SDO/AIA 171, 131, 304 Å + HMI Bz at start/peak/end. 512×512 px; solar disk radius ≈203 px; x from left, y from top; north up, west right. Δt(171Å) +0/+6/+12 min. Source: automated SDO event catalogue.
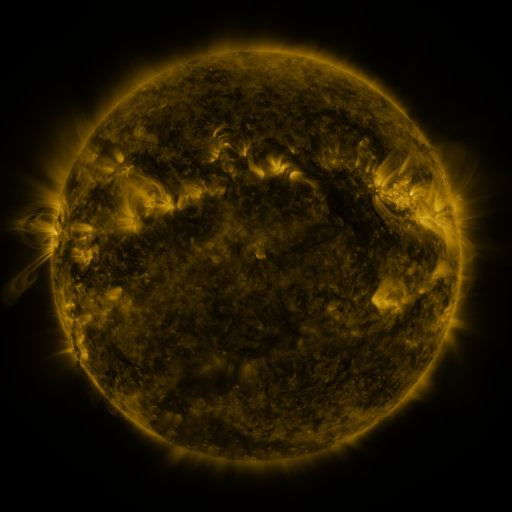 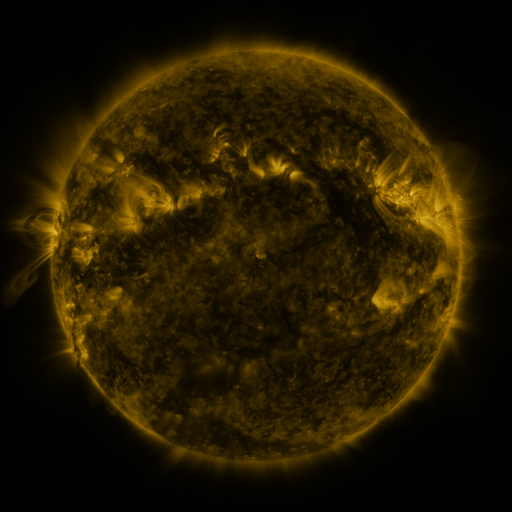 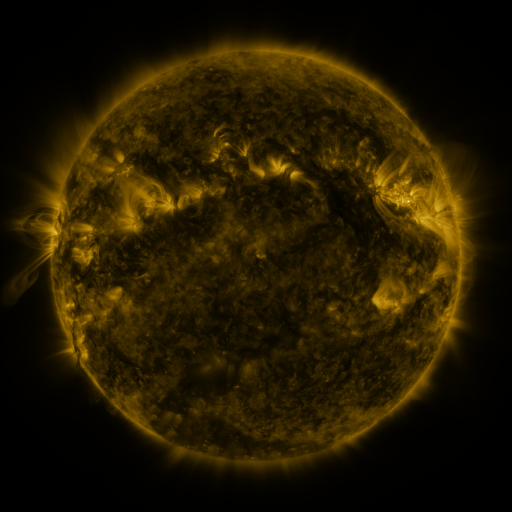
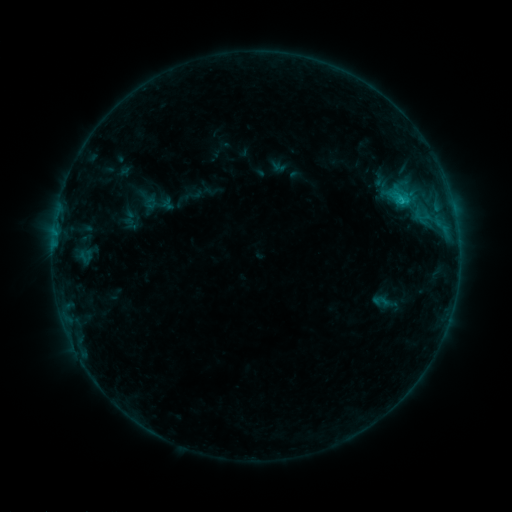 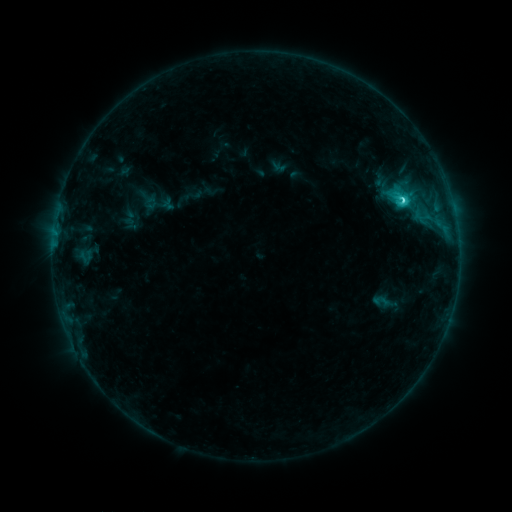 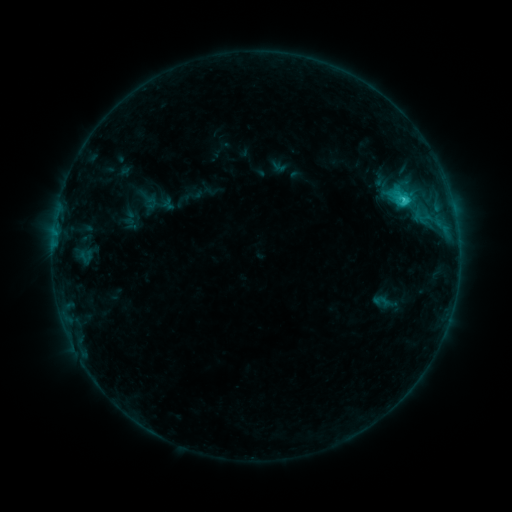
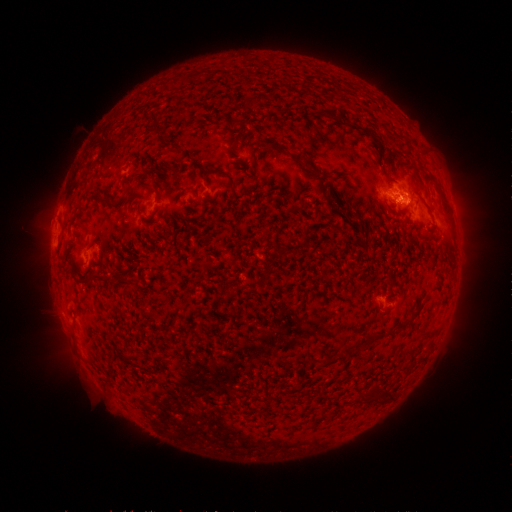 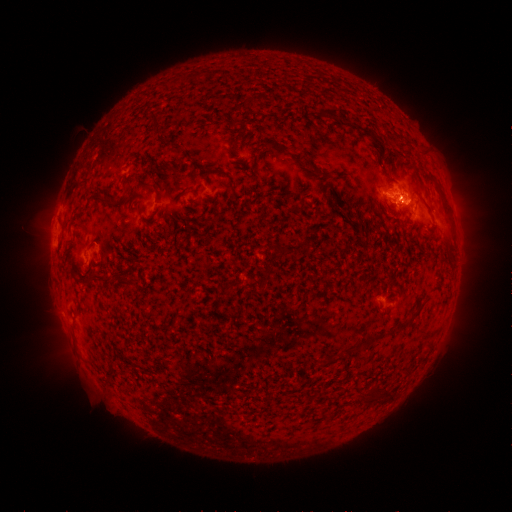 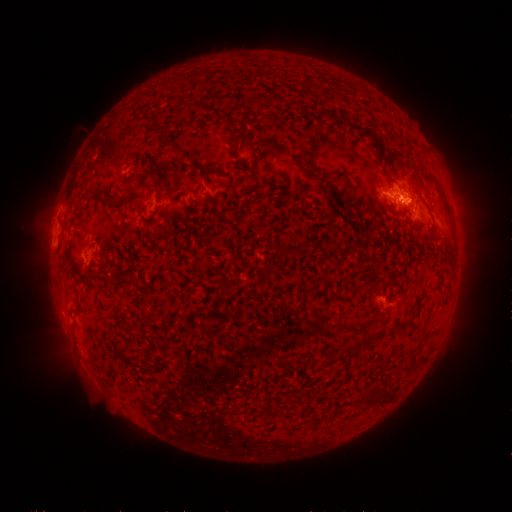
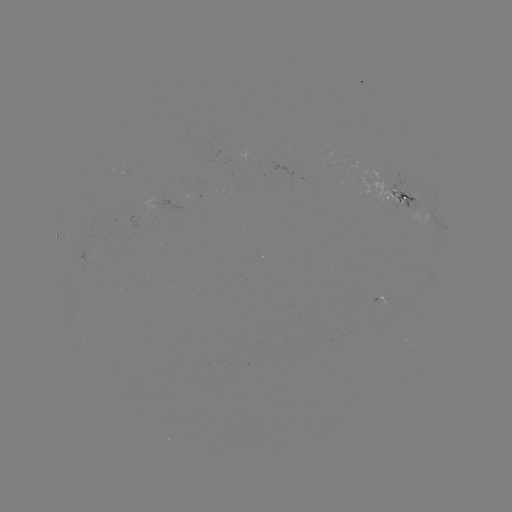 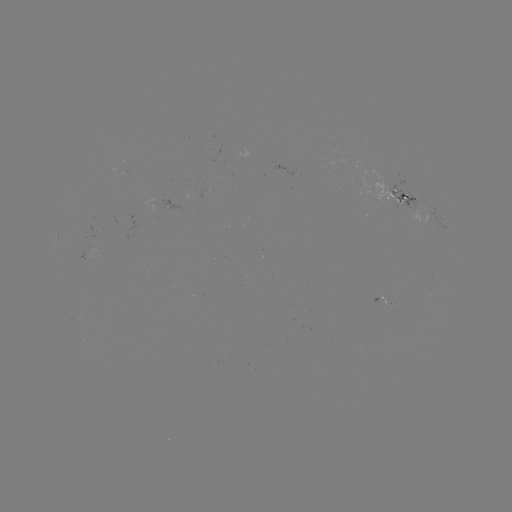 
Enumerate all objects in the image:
C2.4 flare: (402, 201)
